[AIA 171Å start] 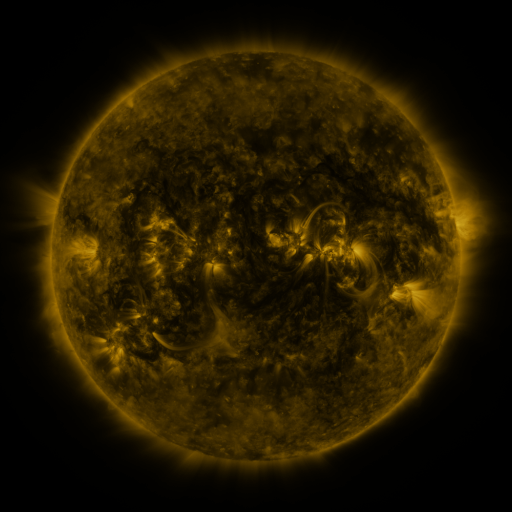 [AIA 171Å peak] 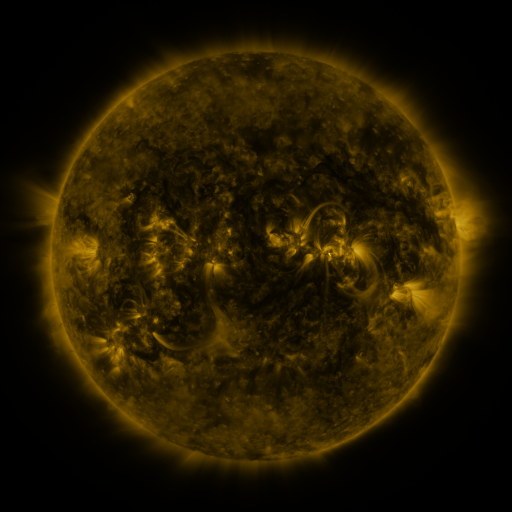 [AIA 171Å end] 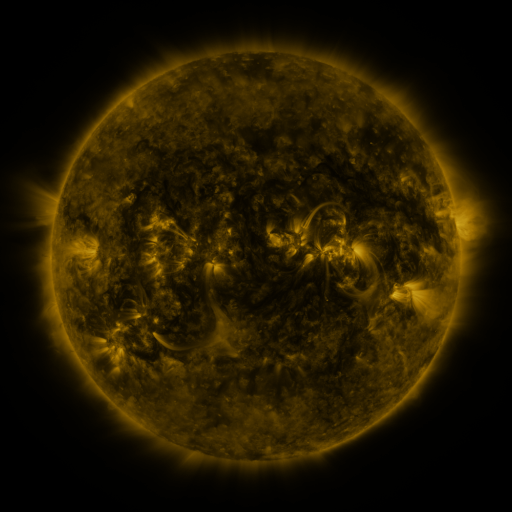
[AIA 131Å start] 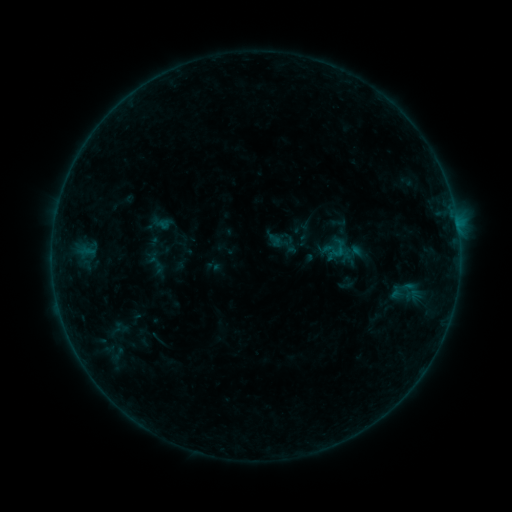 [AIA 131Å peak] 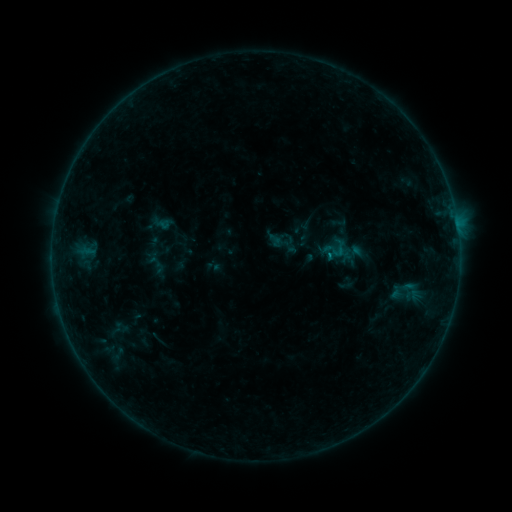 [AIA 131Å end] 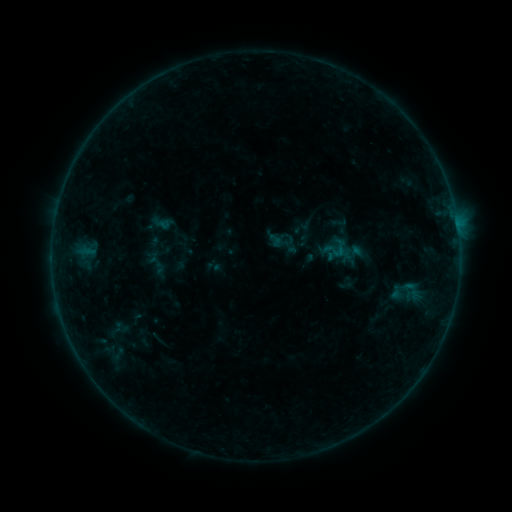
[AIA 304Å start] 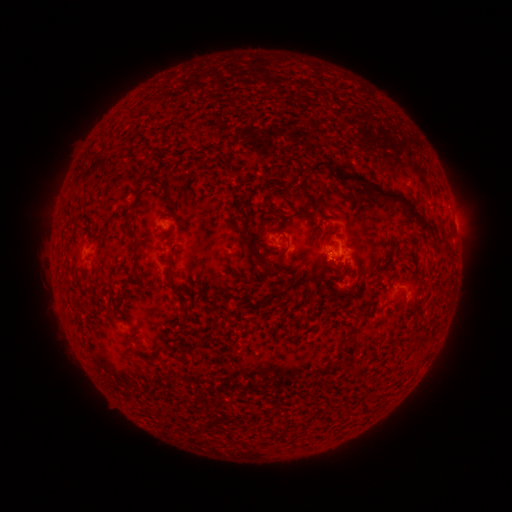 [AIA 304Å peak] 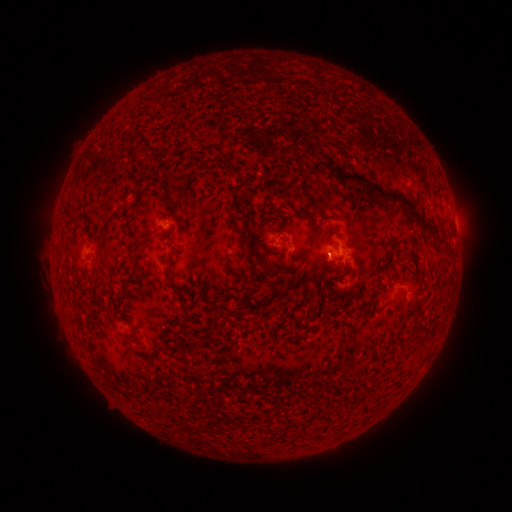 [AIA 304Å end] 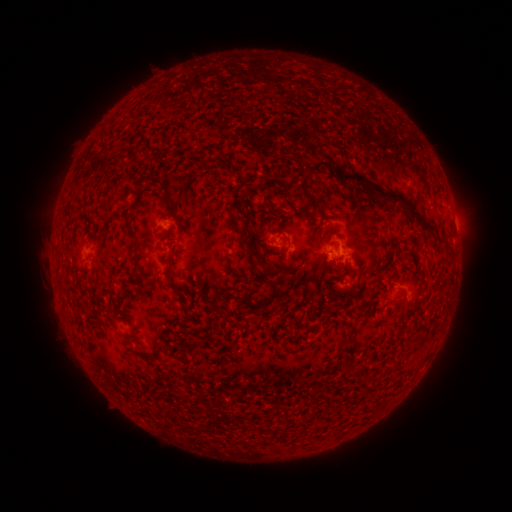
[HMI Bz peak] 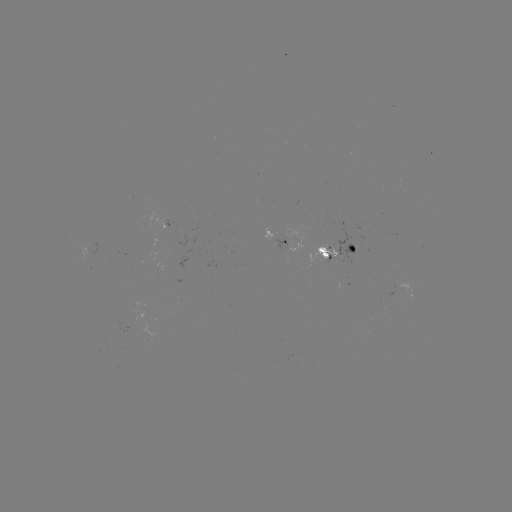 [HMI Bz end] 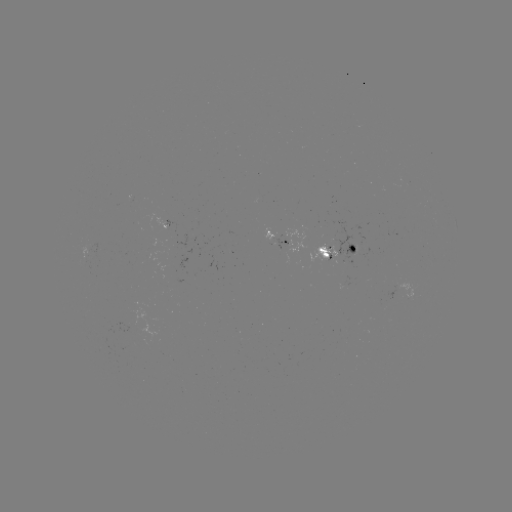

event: flare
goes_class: B2.2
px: (328, 255)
